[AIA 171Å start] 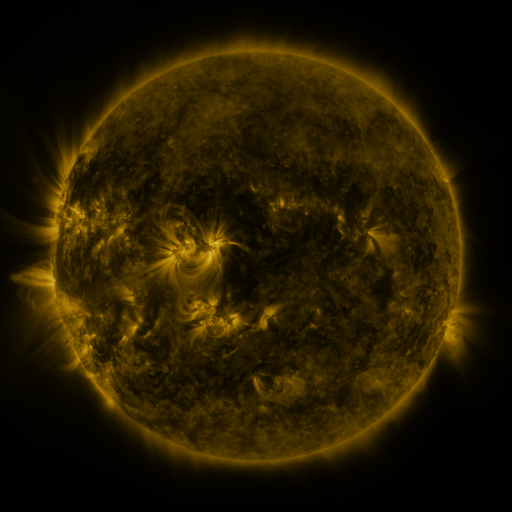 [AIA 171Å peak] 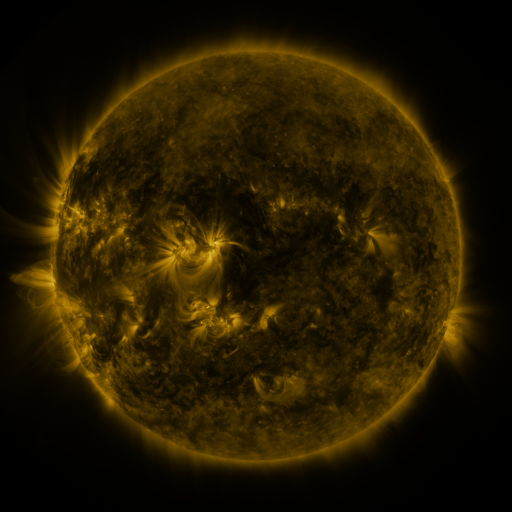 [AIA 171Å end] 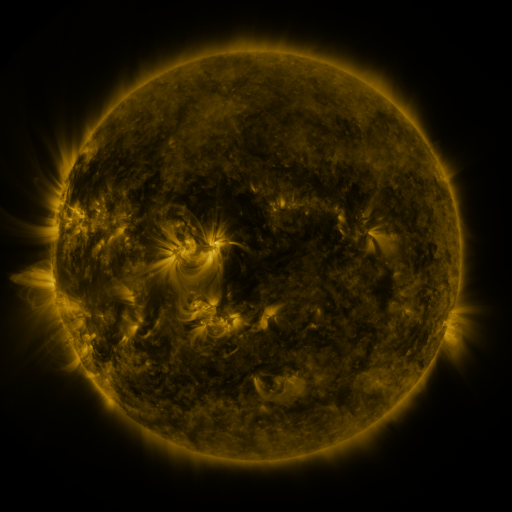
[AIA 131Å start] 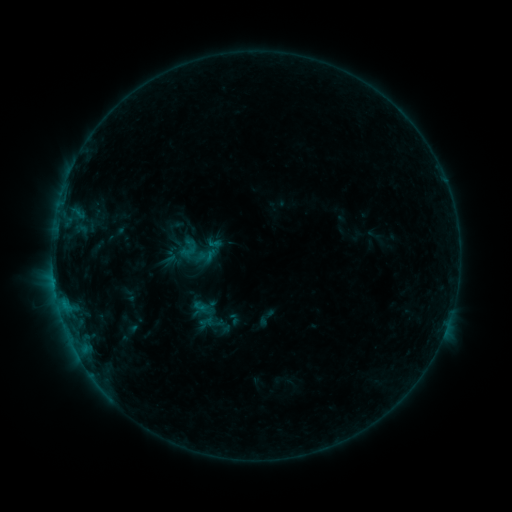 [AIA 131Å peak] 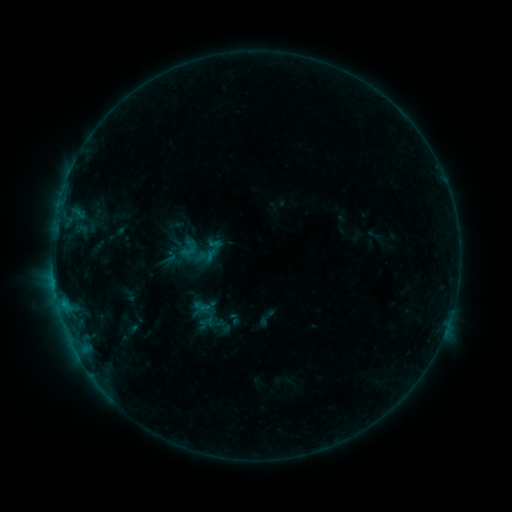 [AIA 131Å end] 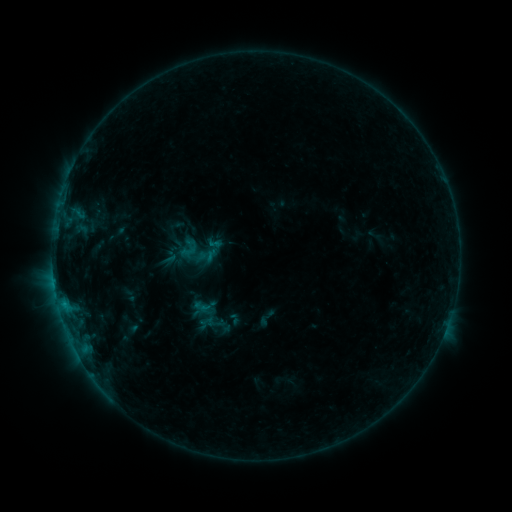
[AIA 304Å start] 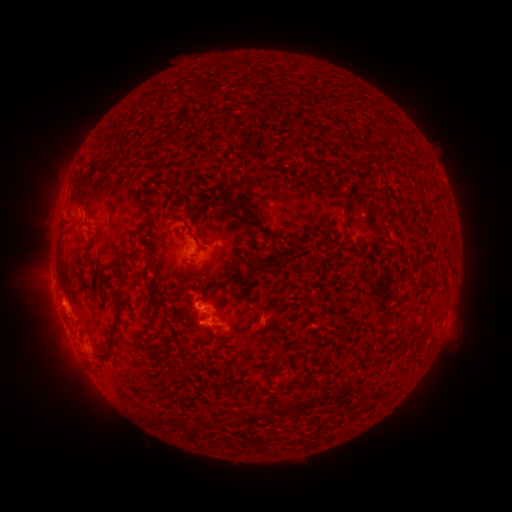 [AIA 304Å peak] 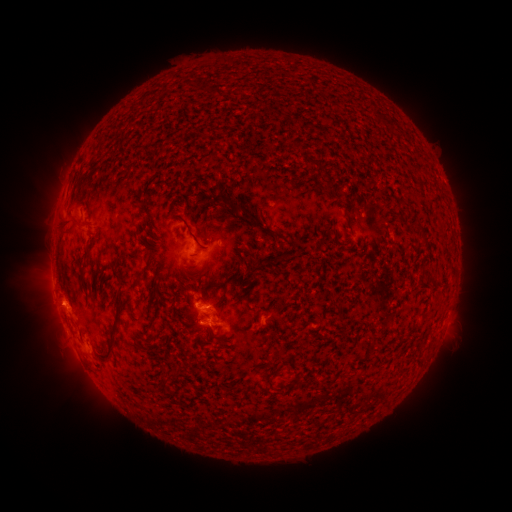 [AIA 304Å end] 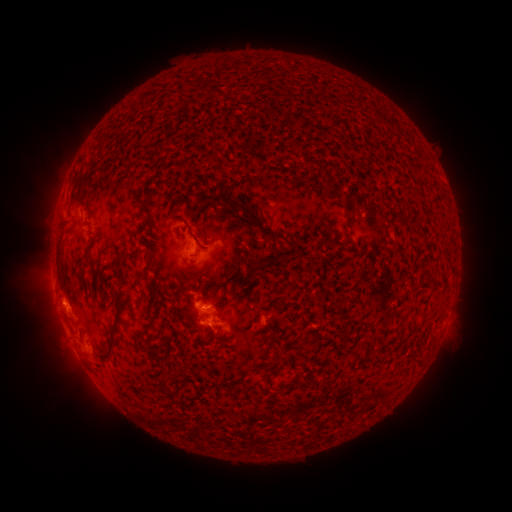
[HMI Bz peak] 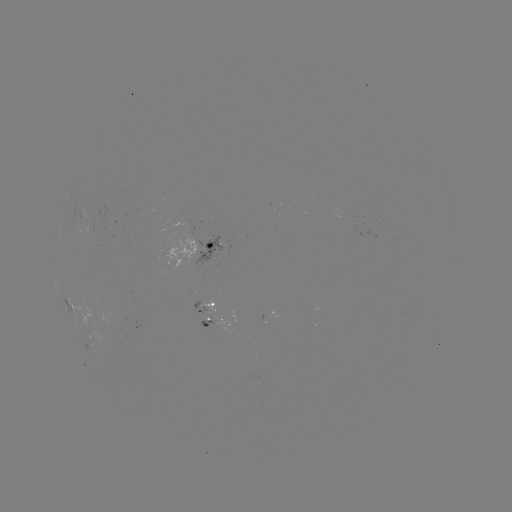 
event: flare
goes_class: B6.1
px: (63, 302)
